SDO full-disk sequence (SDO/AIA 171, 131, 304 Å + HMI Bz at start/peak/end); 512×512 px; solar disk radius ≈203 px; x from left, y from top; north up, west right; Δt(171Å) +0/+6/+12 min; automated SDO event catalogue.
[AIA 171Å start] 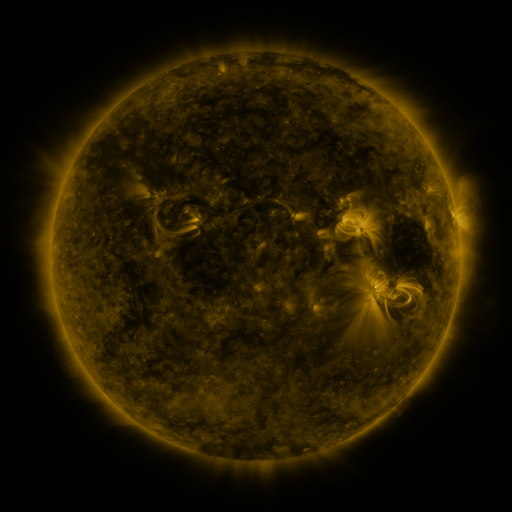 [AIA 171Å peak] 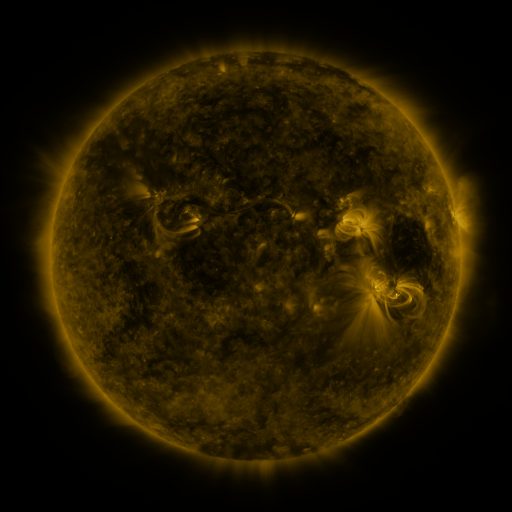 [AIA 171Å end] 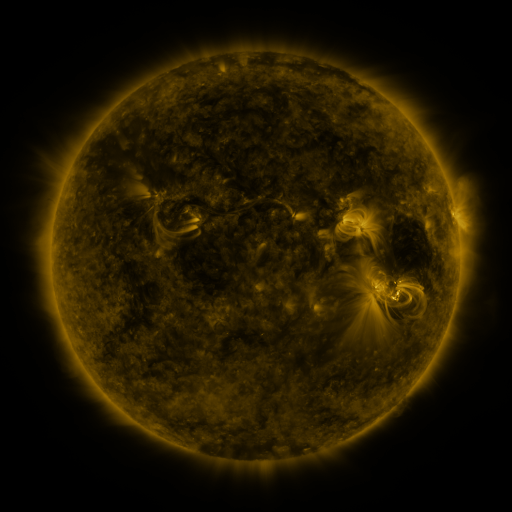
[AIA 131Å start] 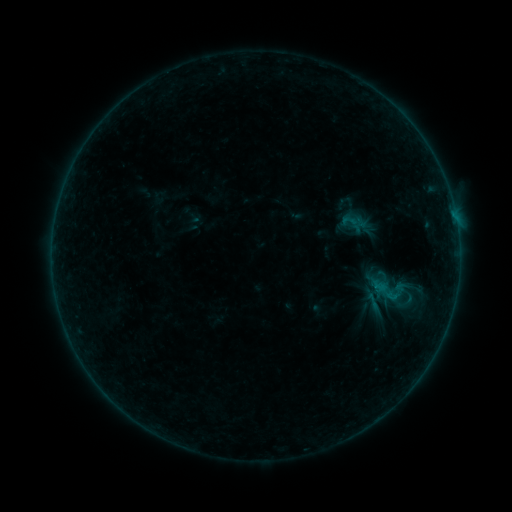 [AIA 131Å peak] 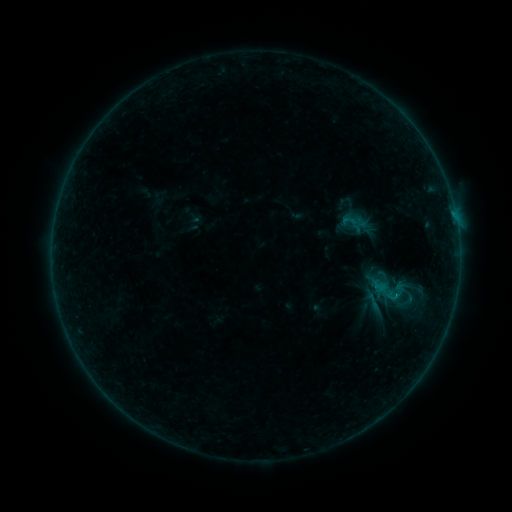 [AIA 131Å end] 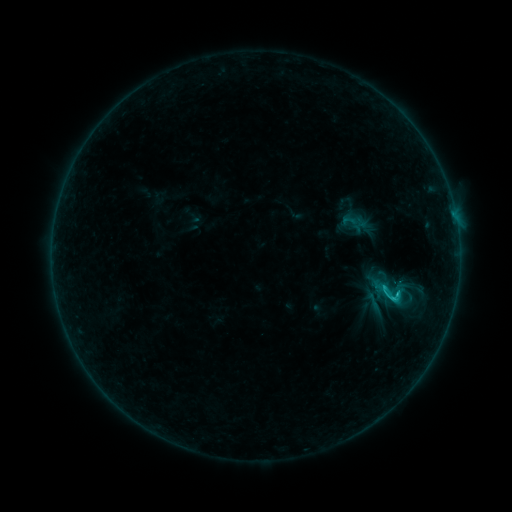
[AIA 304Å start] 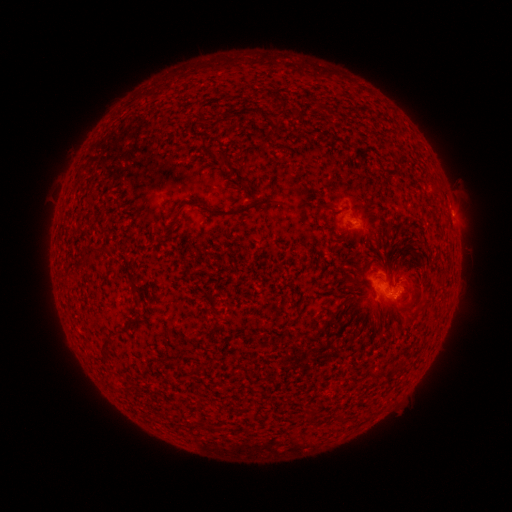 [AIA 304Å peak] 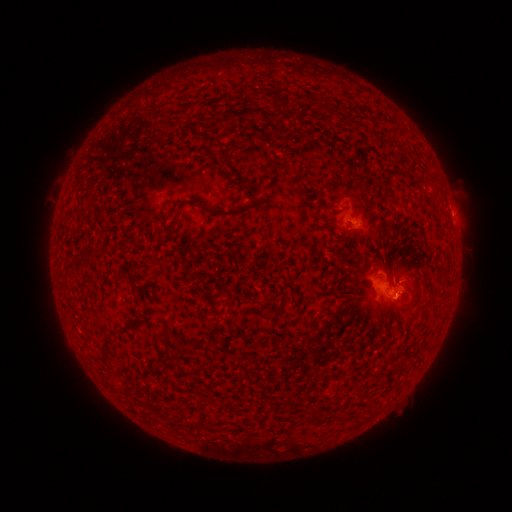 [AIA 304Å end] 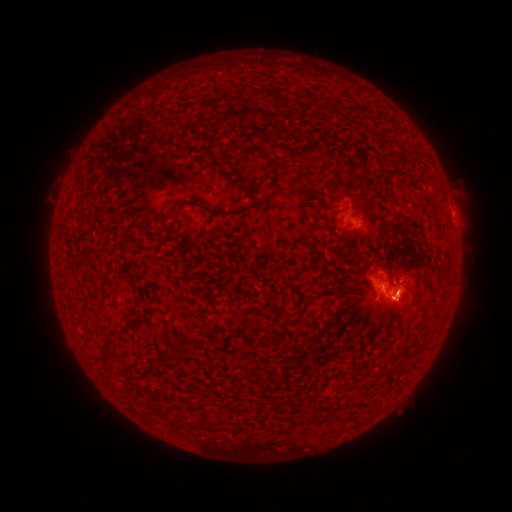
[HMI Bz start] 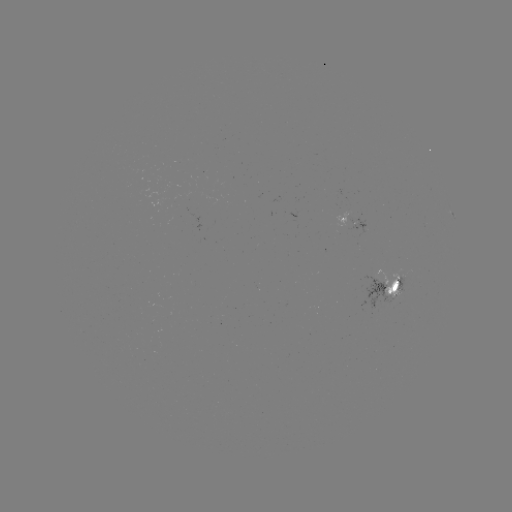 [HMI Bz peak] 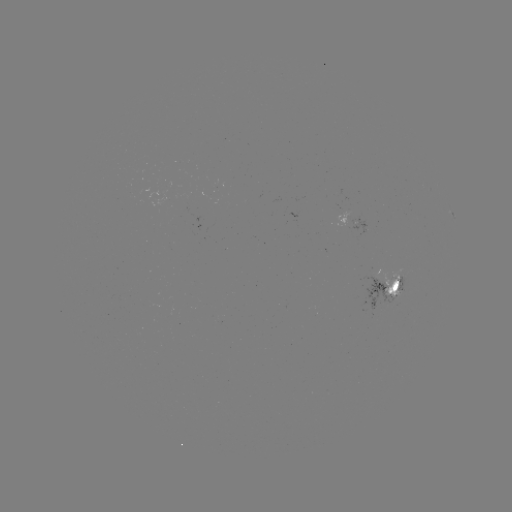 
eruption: <bbox>344, 249, 430, 337</bbox>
